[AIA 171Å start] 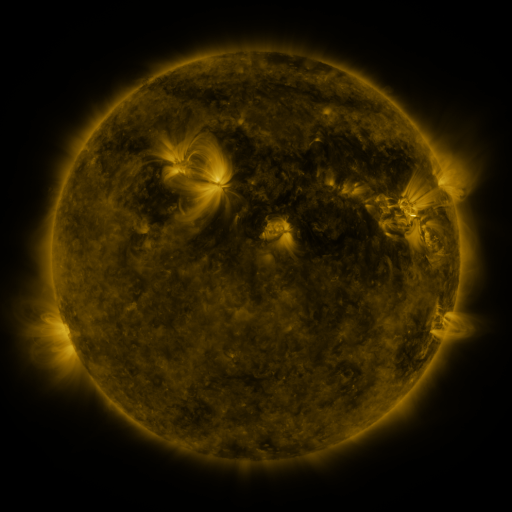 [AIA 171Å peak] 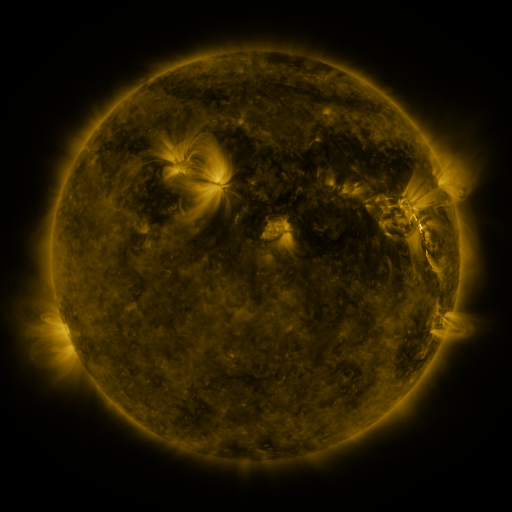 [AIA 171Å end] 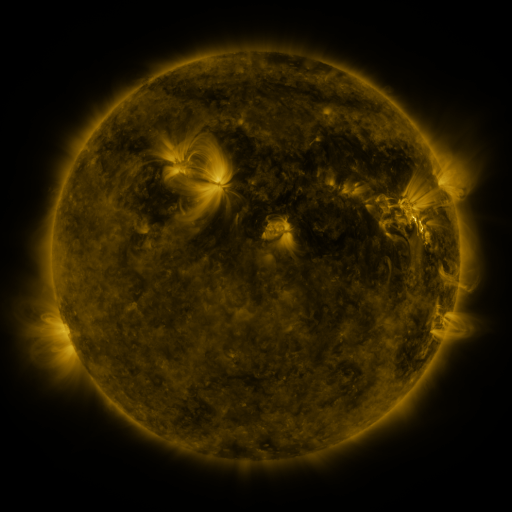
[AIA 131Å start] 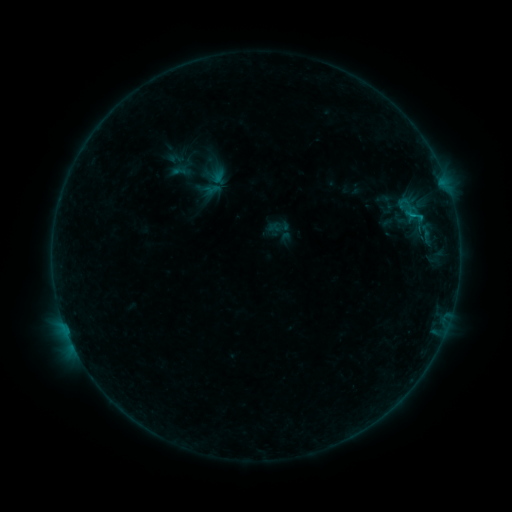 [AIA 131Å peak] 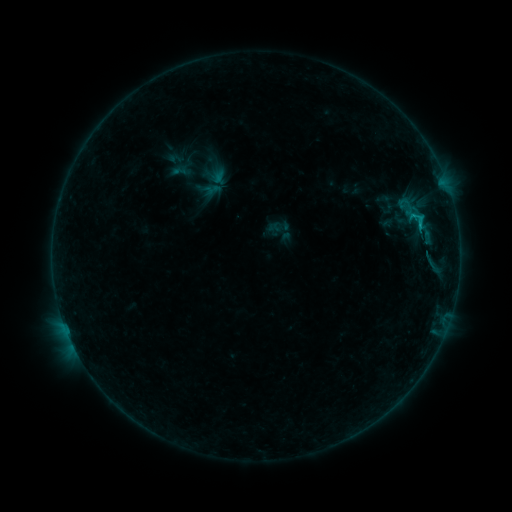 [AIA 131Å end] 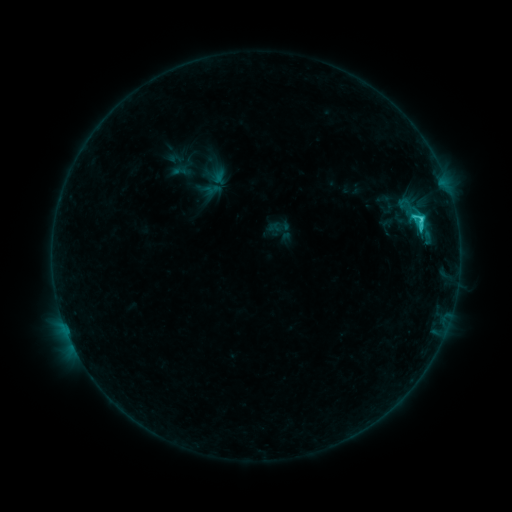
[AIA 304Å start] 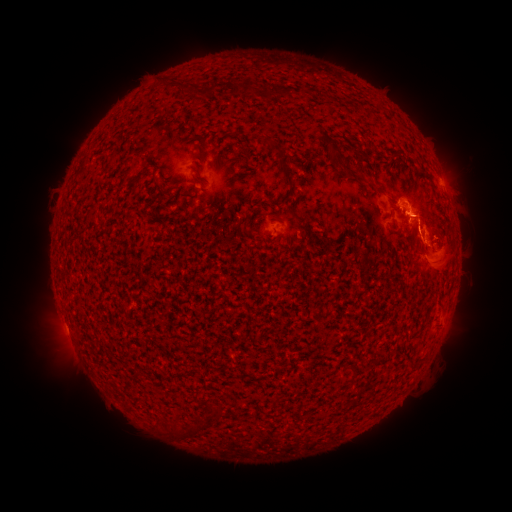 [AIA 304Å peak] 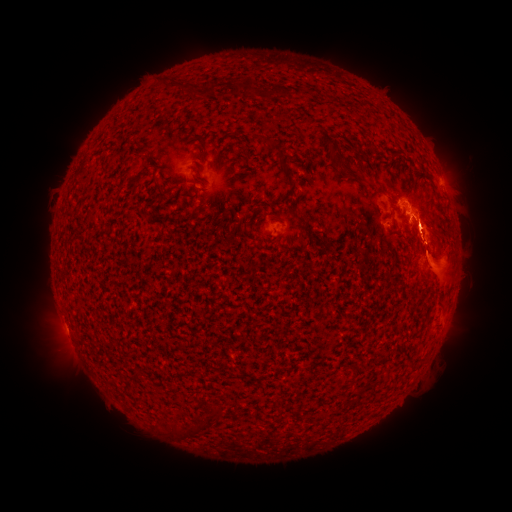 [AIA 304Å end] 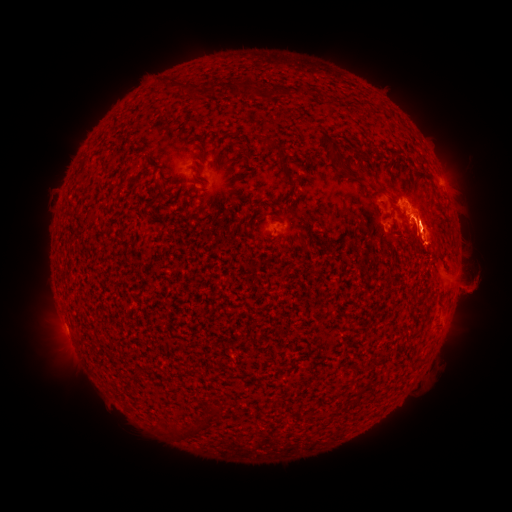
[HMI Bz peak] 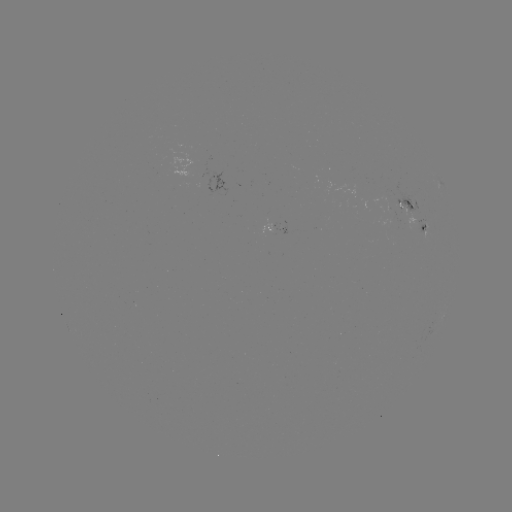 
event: eruption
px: (444, 375)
